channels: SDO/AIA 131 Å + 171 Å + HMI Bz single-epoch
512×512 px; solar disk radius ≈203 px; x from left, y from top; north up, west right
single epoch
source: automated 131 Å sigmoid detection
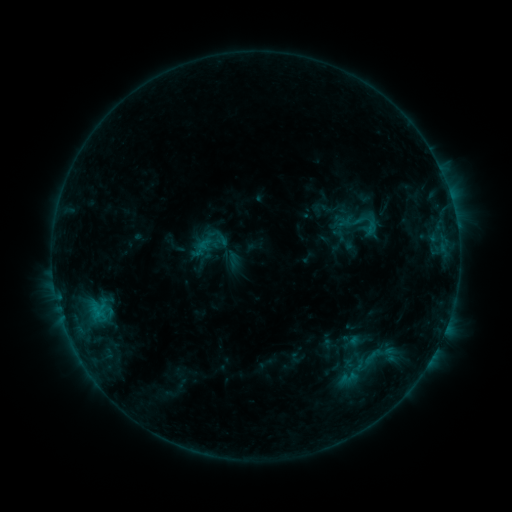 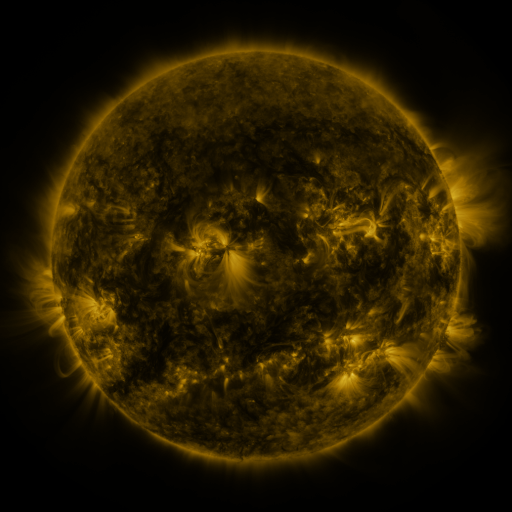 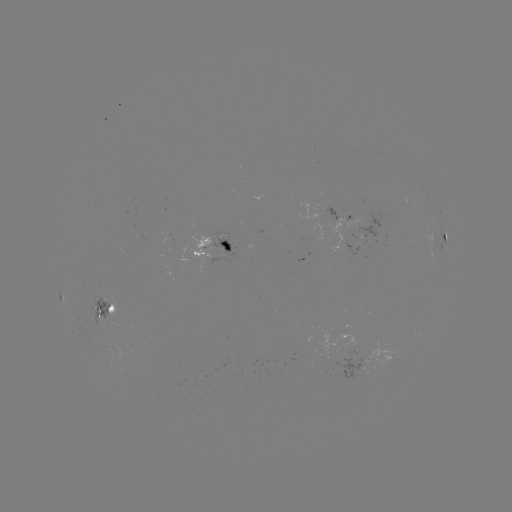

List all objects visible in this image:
sigmoid: <bbox>330, 196, 391, 244</bbox>
